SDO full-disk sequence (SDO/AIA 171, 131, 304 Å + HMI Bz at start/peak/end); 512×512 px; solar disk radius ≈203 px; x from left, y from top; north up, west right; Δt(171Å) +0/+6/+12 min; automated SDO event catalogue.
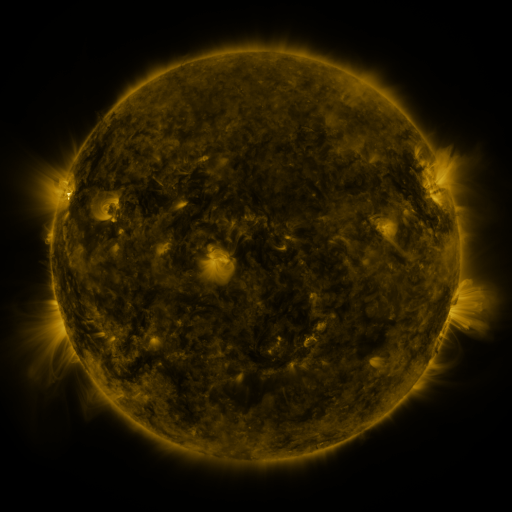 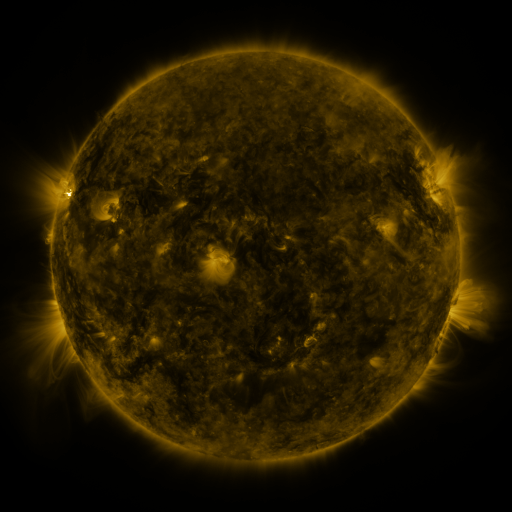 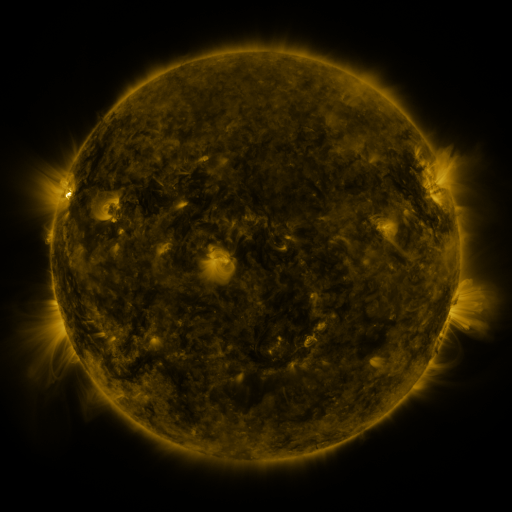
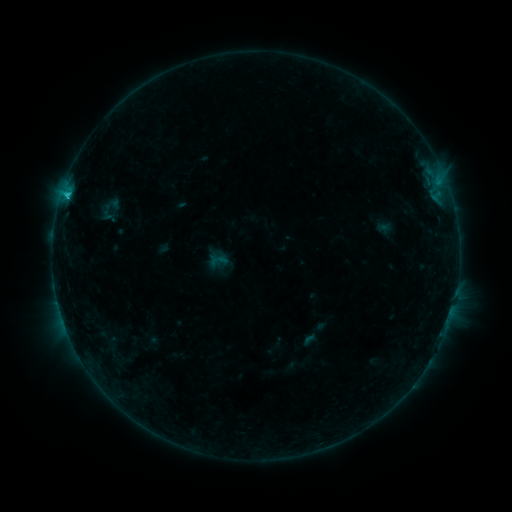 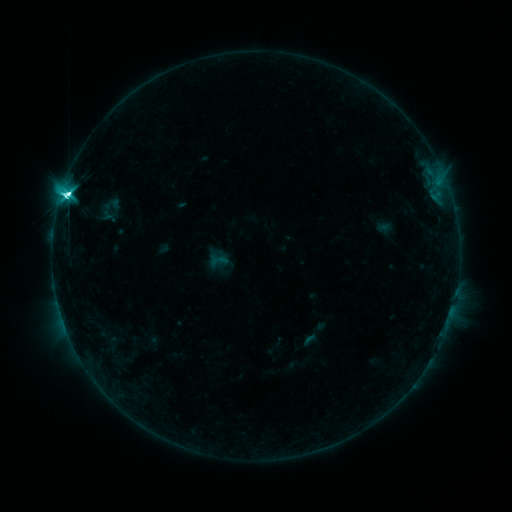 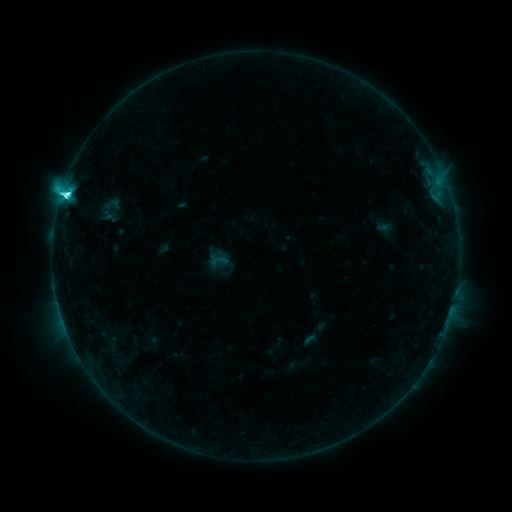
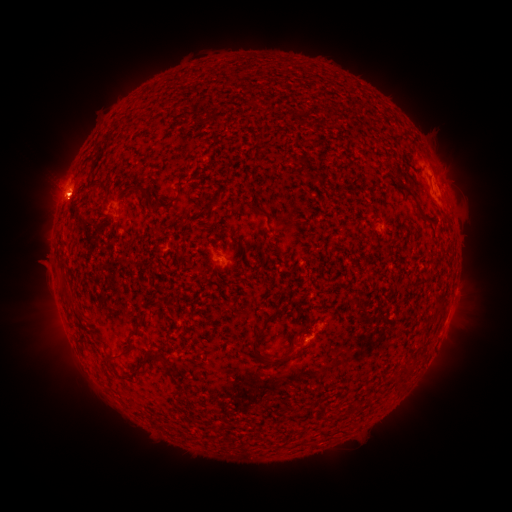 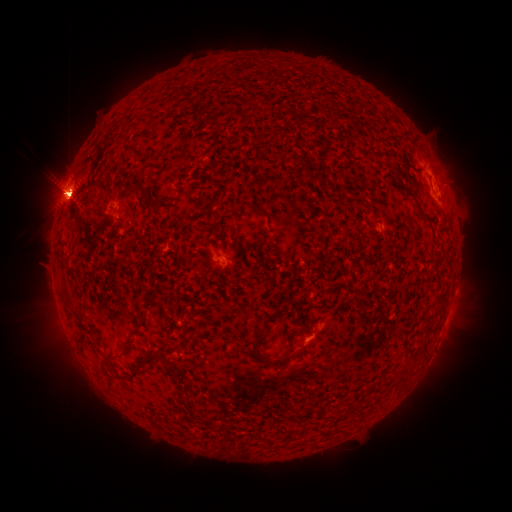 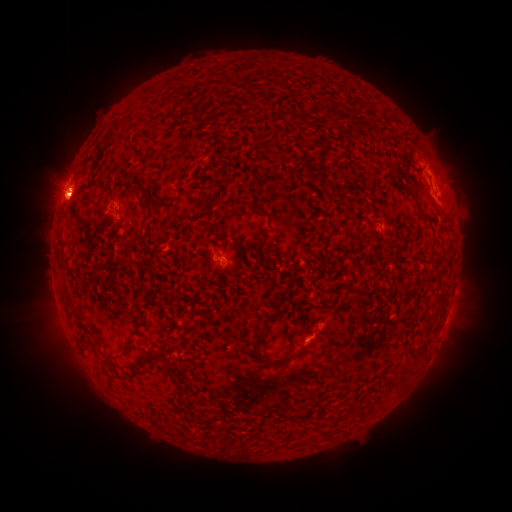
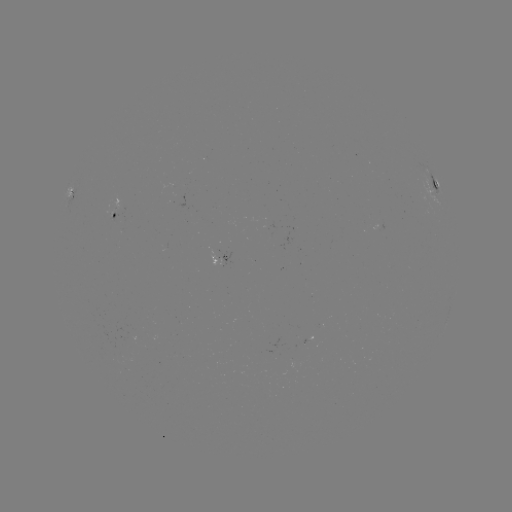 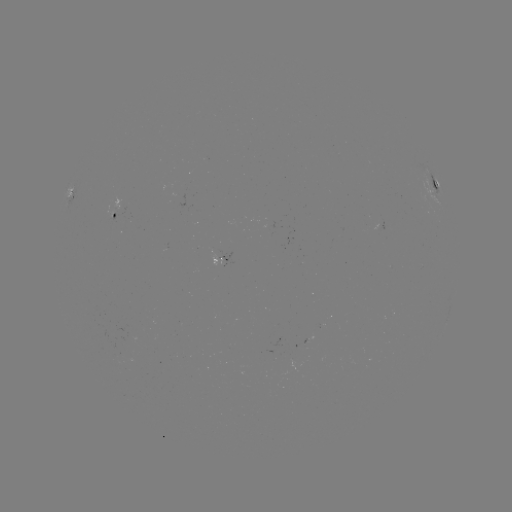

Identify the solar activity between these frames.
M1.0 flare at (67, 195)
